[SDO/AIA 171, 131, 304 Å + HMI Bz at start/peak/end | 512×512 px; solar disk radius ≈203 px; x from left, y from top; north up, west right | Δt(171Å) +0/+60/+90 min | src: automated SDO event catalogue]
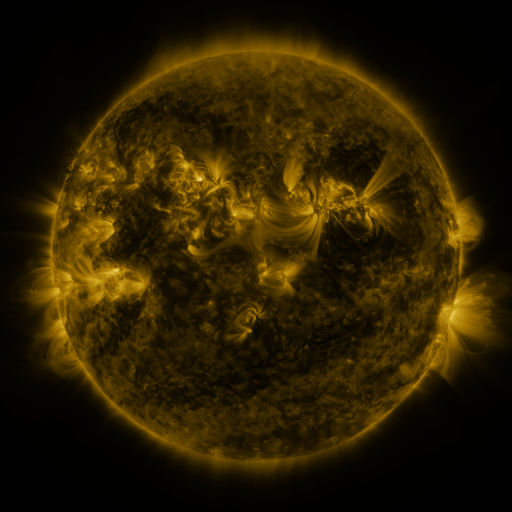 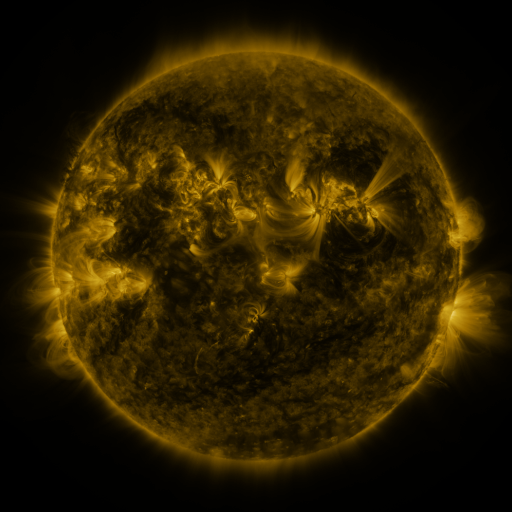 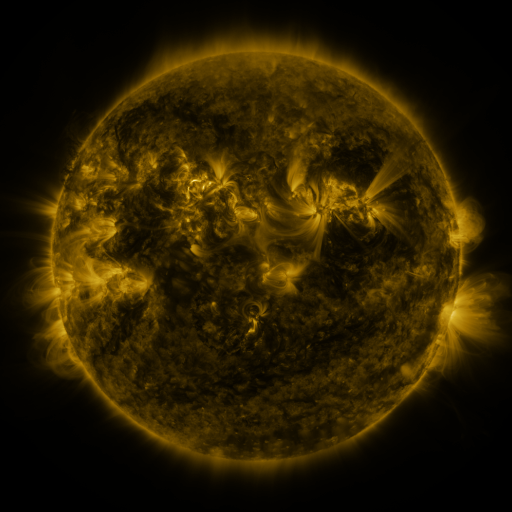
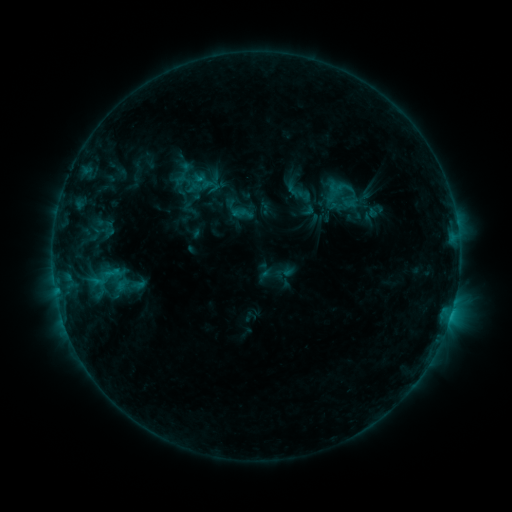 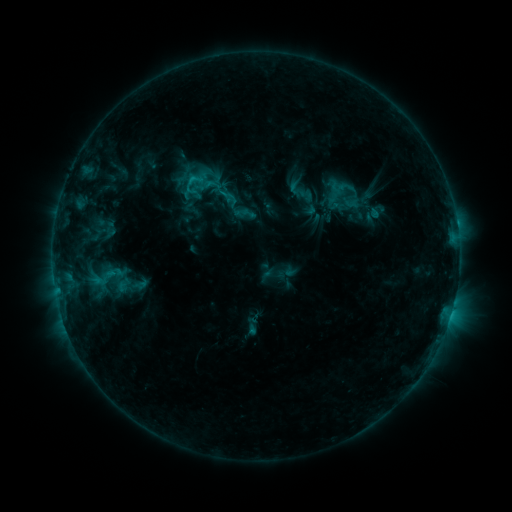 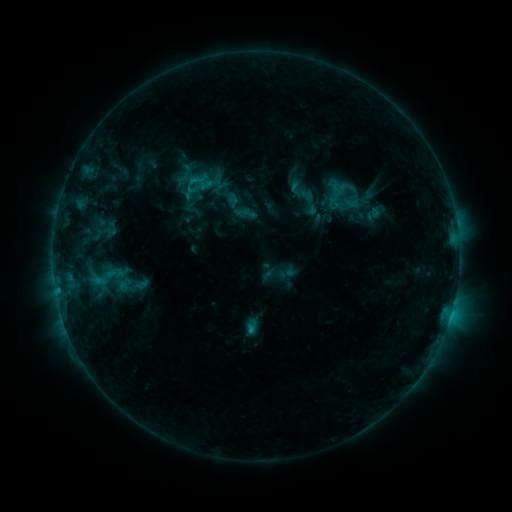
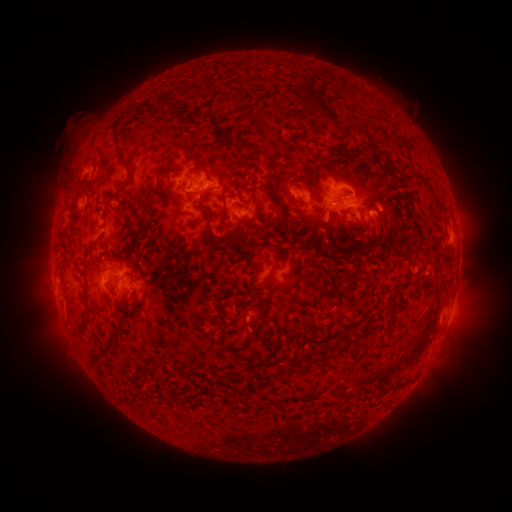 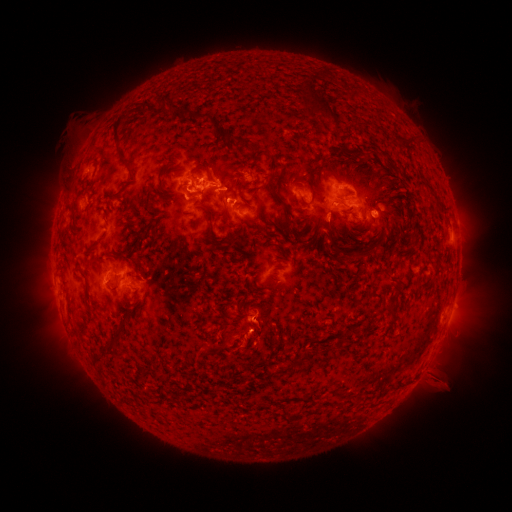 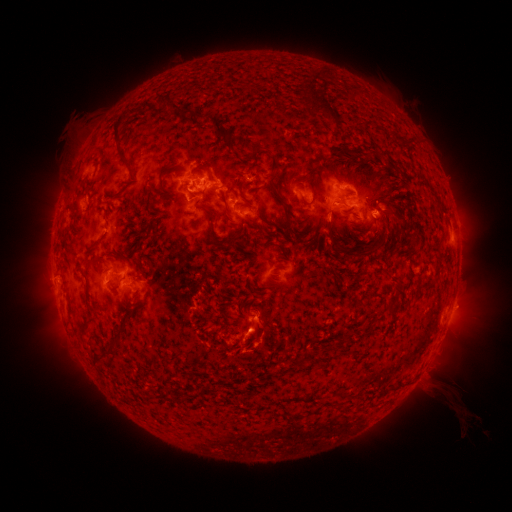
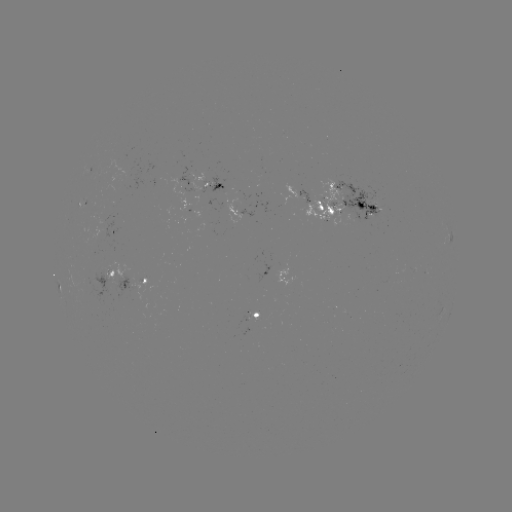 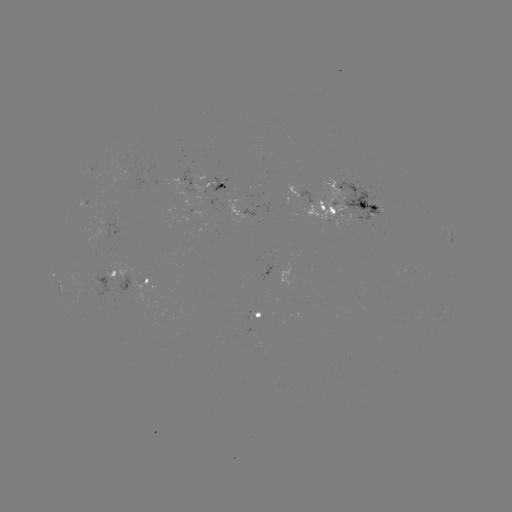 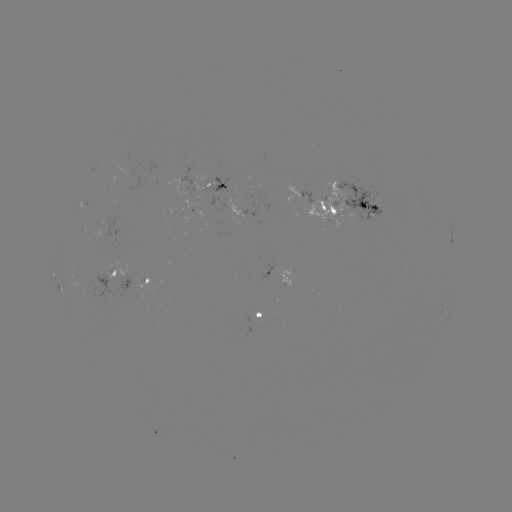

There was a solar flare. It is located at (193, 180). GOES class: C1.9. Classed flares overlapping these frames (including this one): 1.